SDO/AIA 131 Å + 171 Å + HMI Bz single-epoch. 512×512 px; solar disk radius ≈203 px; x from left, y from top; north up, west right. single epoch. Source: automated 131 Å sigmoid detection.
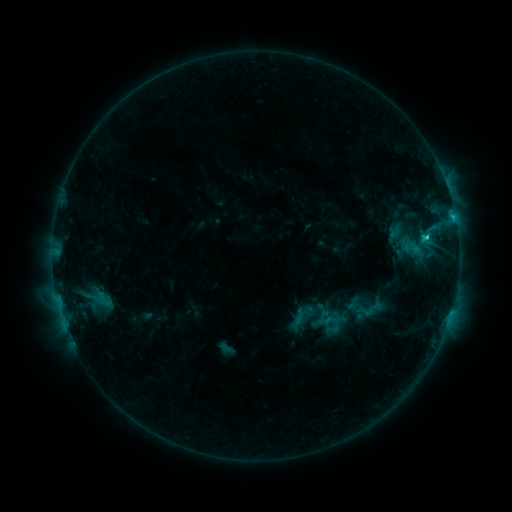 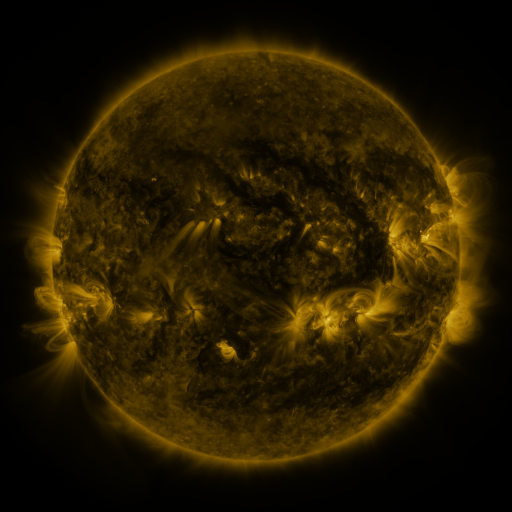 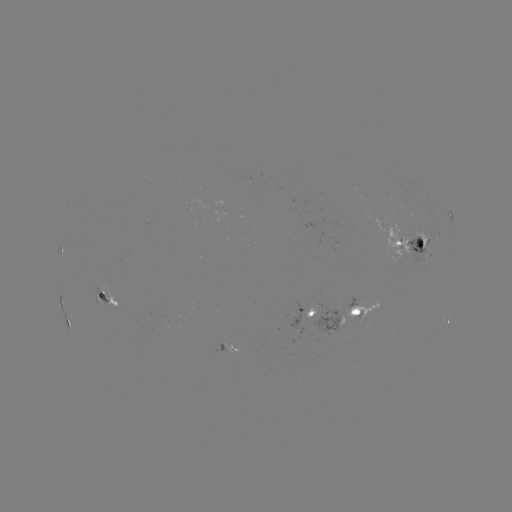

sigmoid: <bbox>349, 299, 366, 315</bbox>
